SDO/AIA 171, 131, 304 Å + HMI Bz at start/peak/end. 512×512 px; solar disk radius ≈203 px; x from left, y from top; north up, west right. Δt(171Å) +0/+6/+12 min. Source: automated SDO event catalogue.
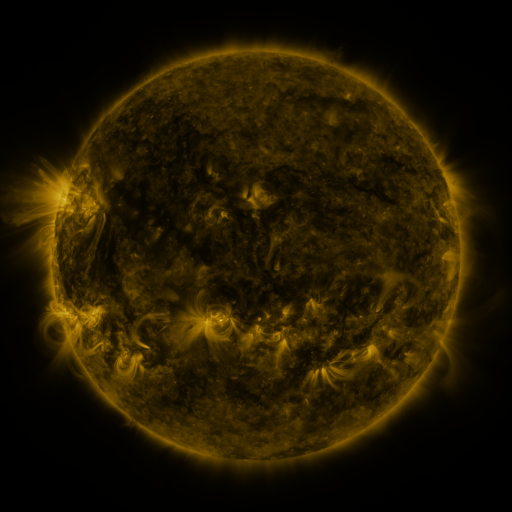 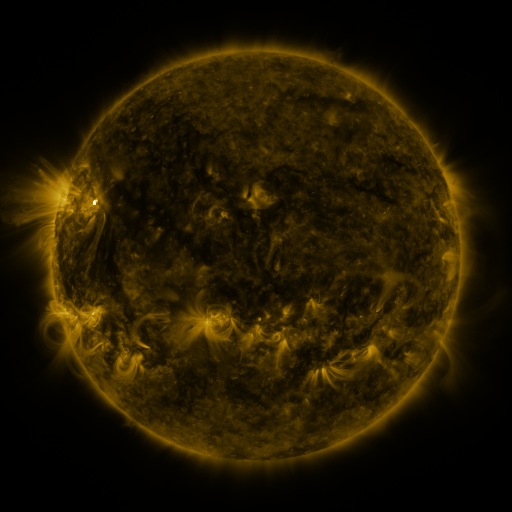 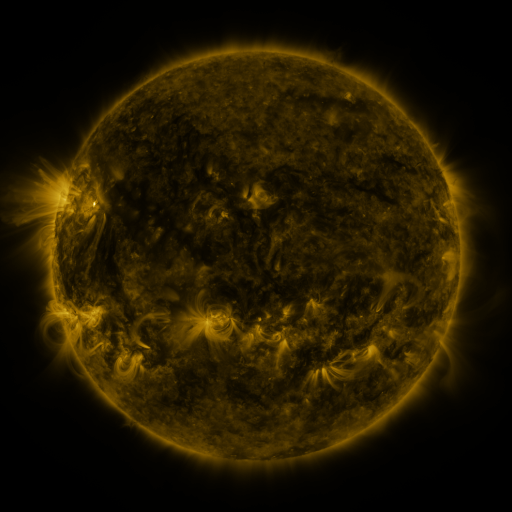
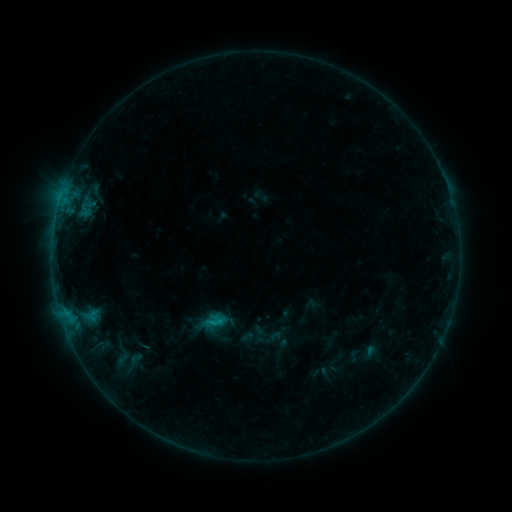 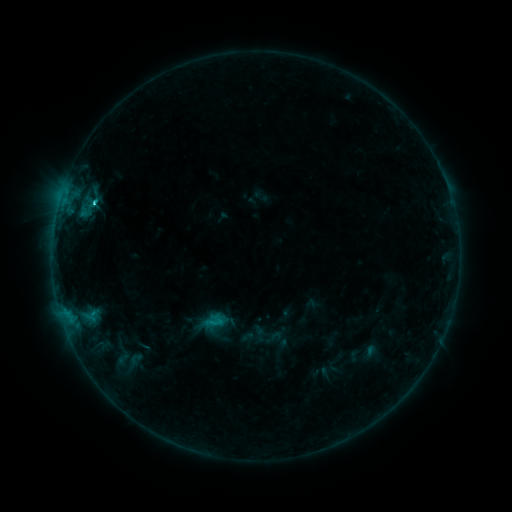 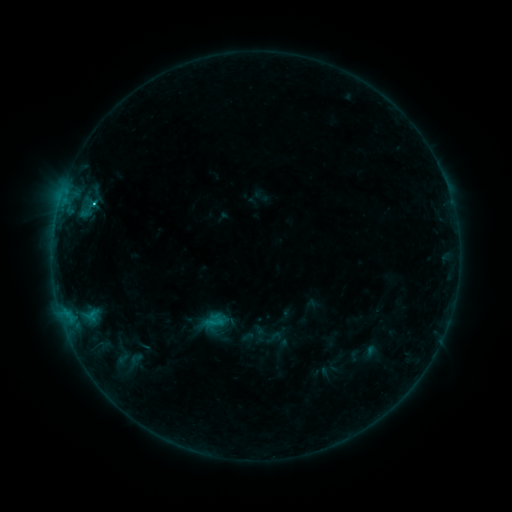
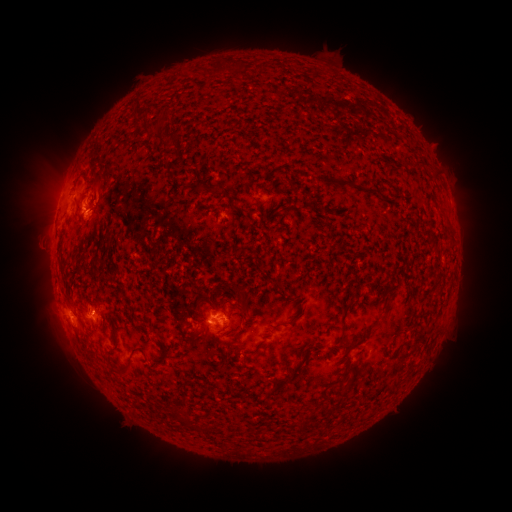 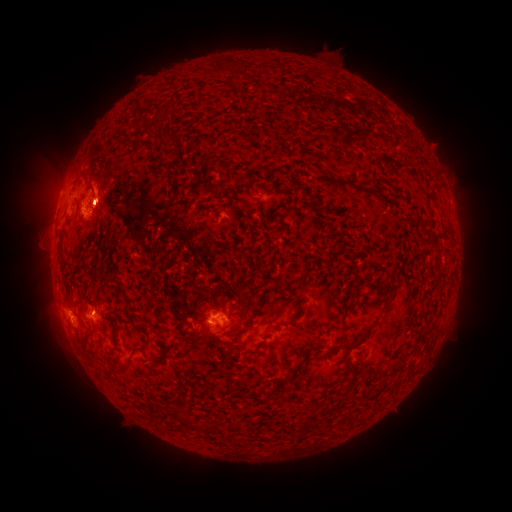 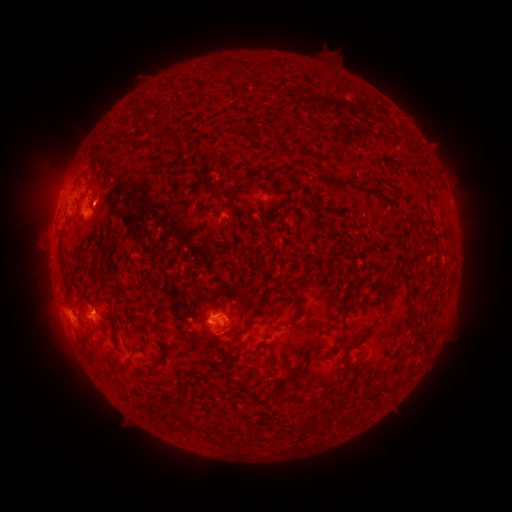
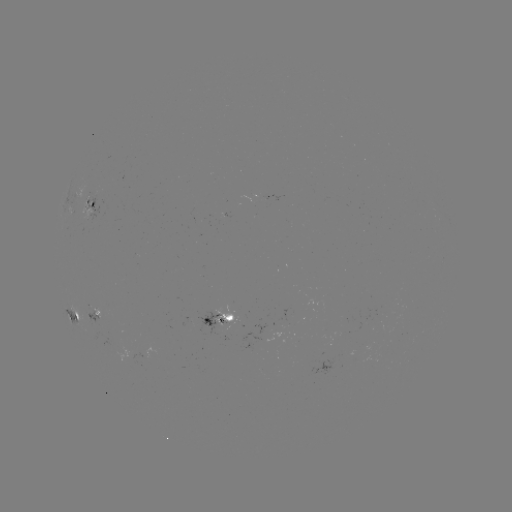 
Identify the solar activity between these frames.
C2.6 flare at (95, 204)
